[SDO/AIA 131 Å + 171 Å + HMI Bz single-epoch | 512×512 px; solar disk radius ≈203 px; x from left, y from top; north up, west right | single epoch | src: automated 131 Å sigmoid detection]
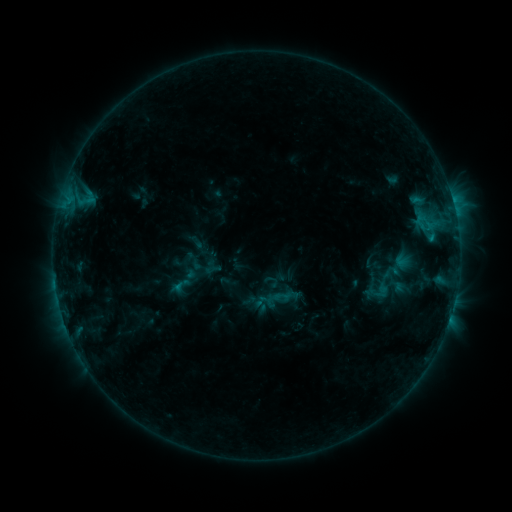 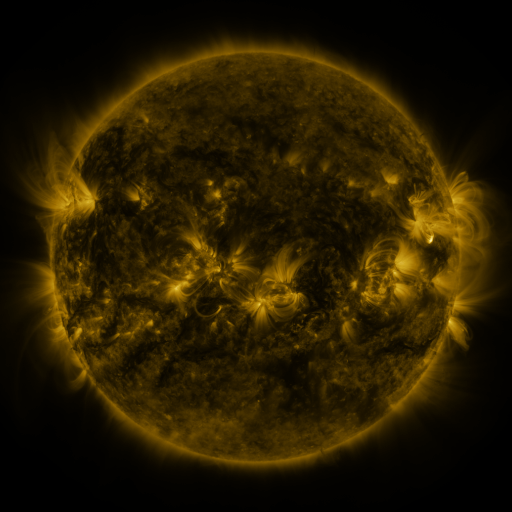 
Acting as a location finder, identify sigmoid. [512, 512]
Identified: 181,285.